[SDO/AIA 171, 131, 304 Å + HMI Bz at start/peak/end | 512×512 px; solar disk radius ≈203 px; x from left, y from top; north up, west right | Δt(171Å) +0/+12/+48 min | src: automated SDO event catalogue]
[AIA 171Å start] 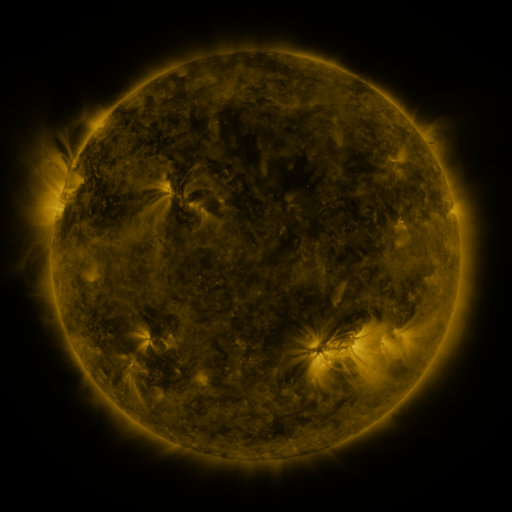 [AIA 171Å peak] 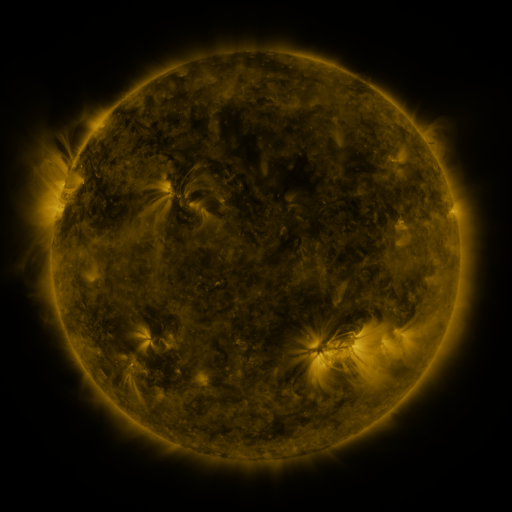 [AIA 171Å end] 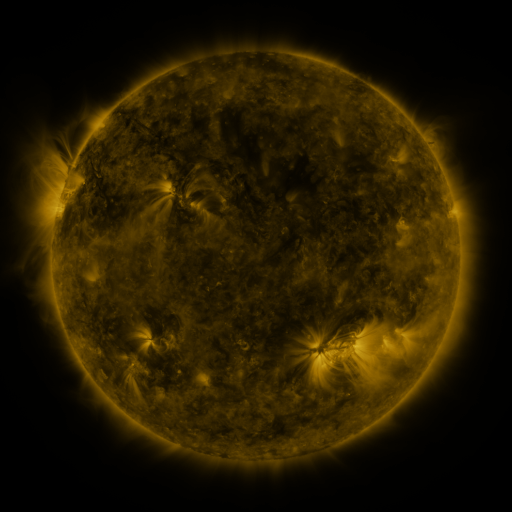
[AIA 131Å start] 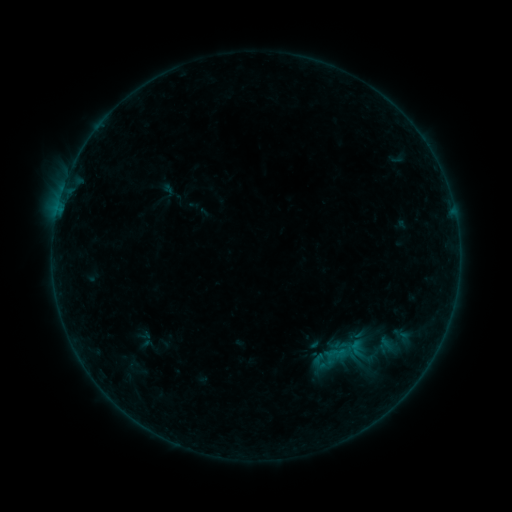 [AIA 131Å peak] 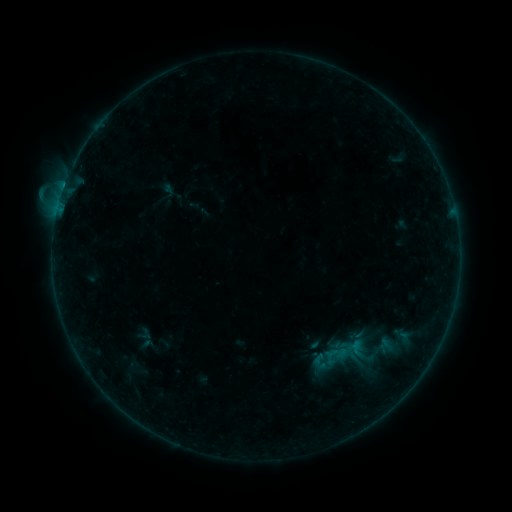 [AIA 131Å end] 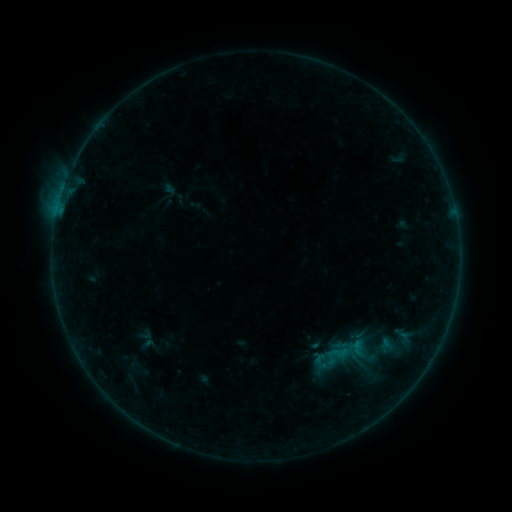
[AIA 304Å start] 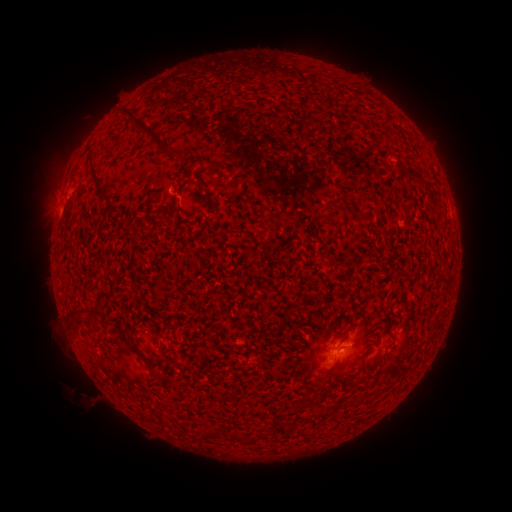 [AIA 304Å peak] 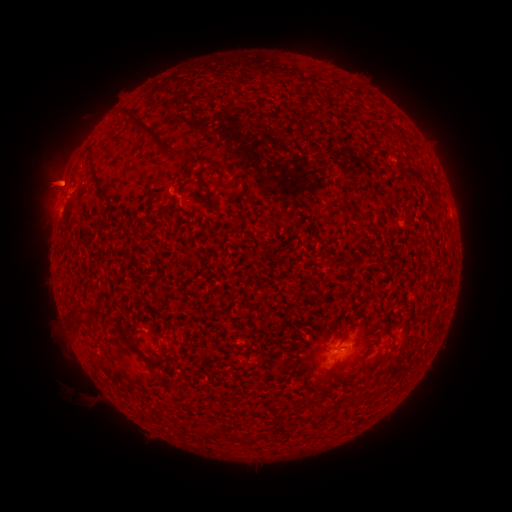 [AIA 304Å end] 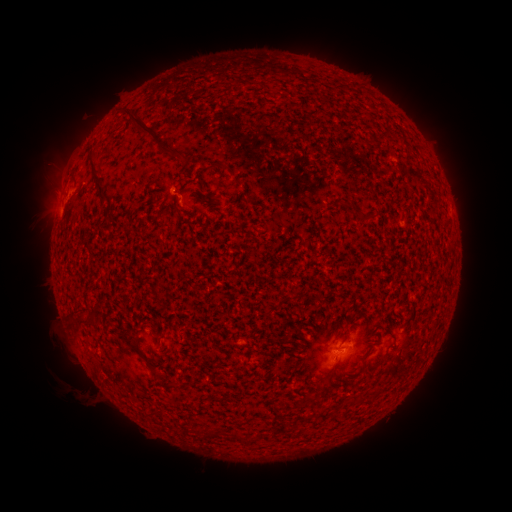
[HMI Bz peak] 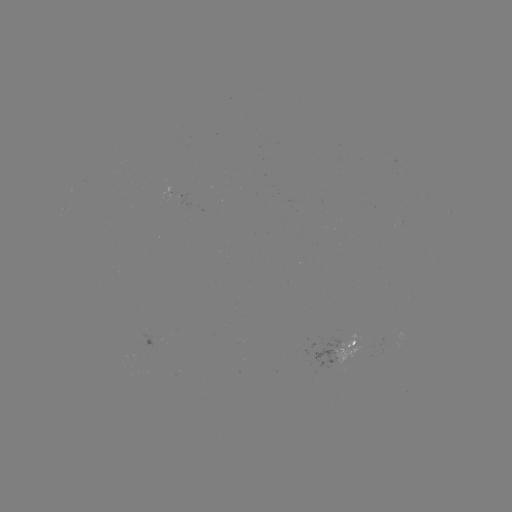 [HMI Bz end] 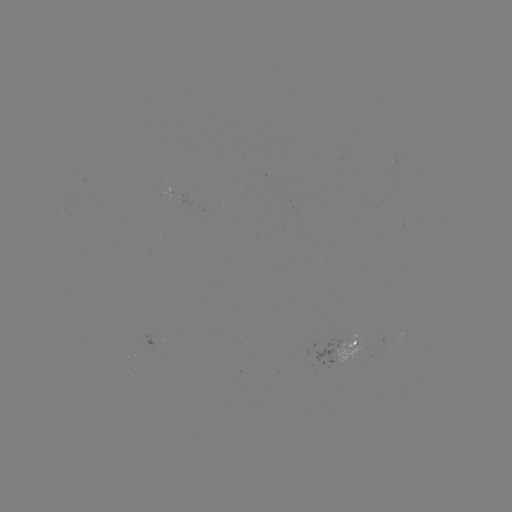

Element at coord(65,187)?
B4.2 flare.